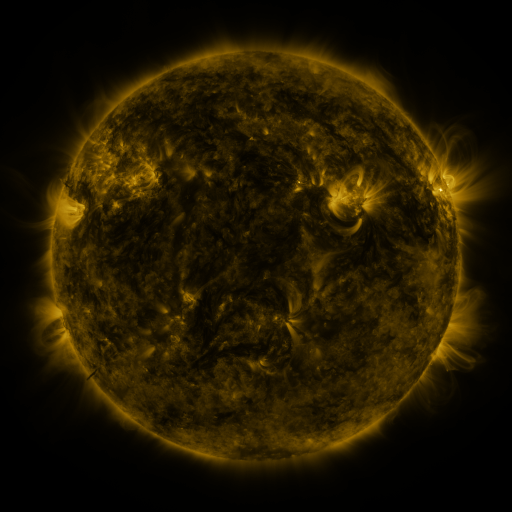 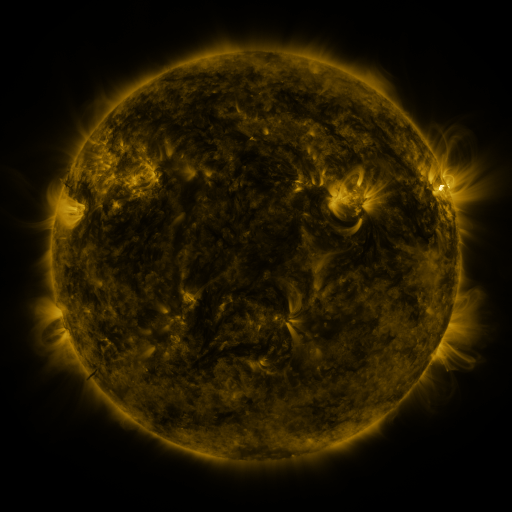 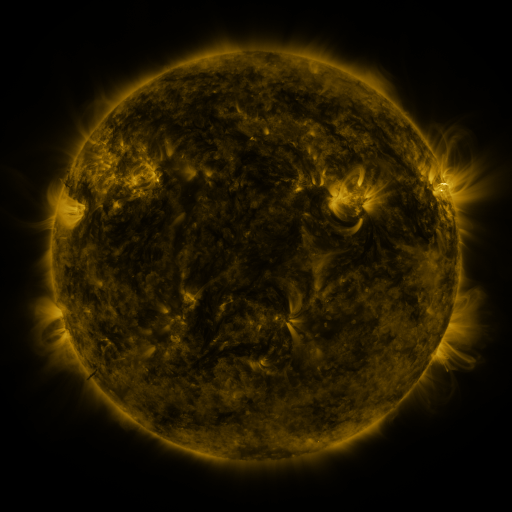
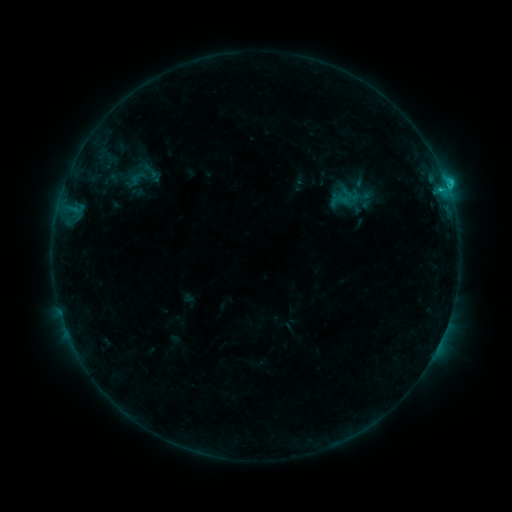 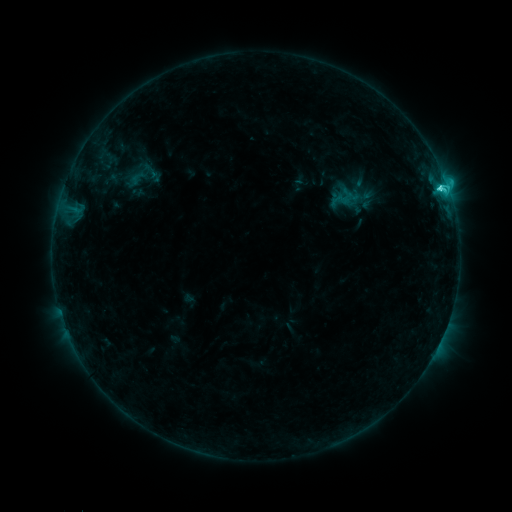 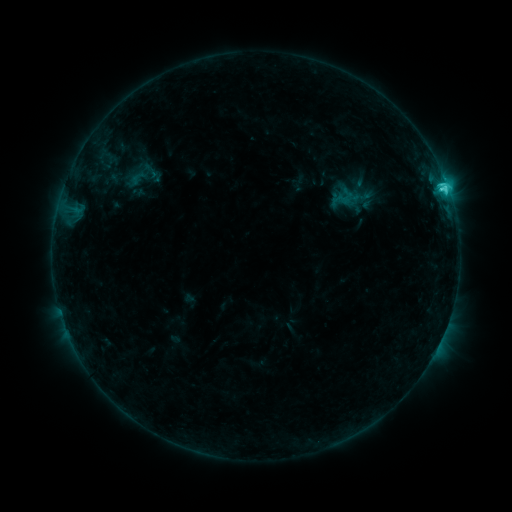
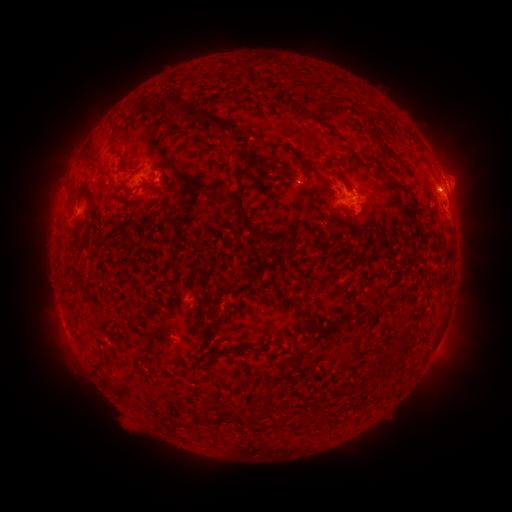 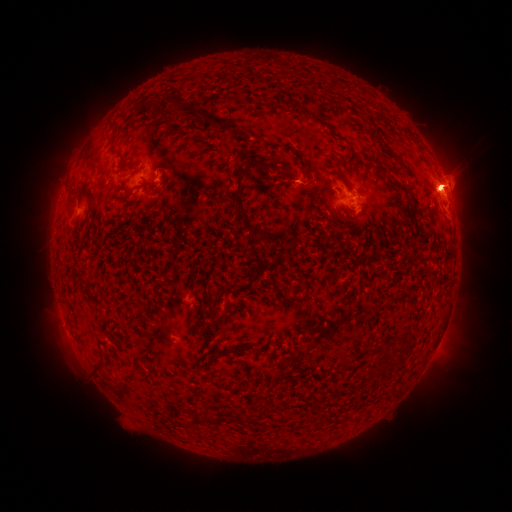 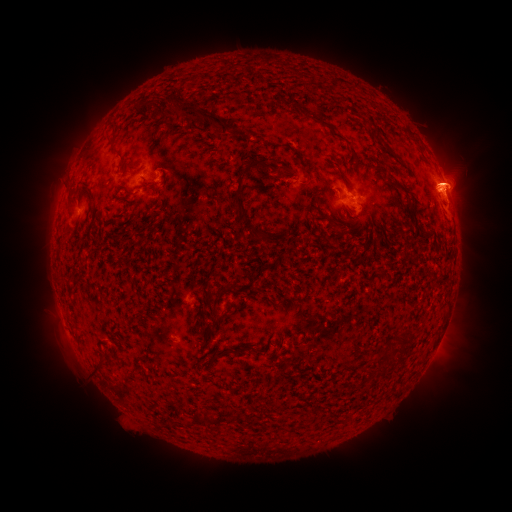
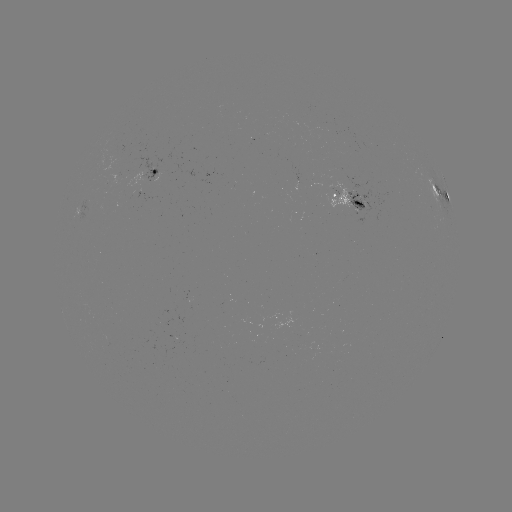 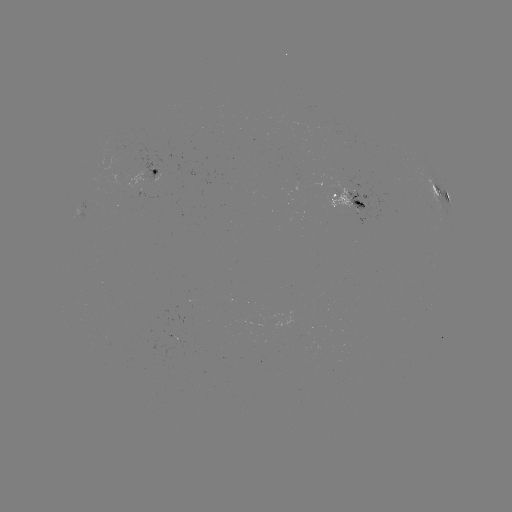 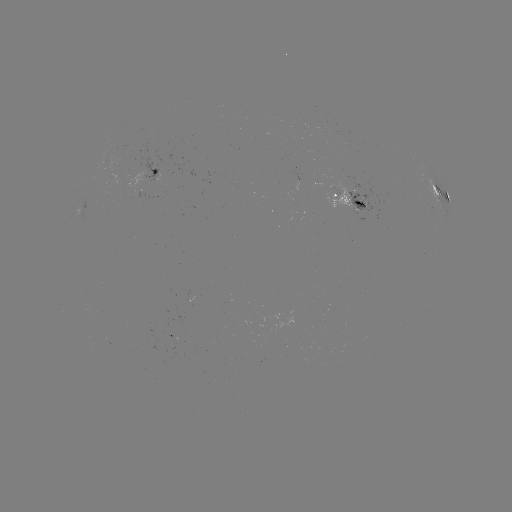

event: eruption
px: (447, 184)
